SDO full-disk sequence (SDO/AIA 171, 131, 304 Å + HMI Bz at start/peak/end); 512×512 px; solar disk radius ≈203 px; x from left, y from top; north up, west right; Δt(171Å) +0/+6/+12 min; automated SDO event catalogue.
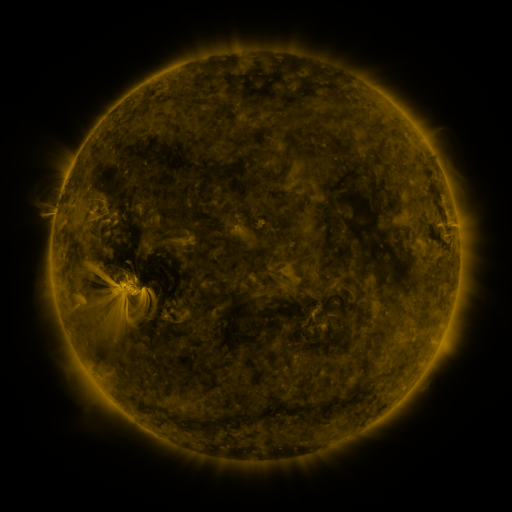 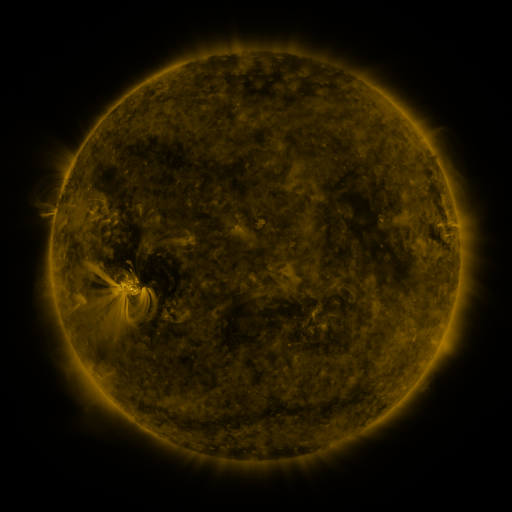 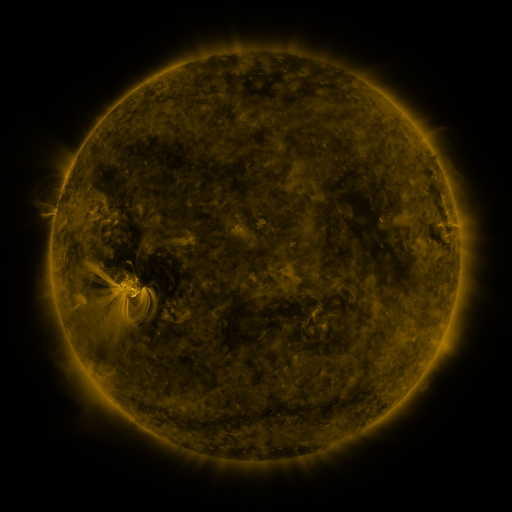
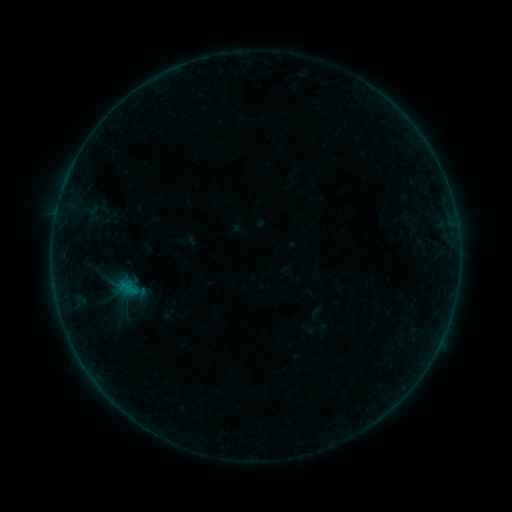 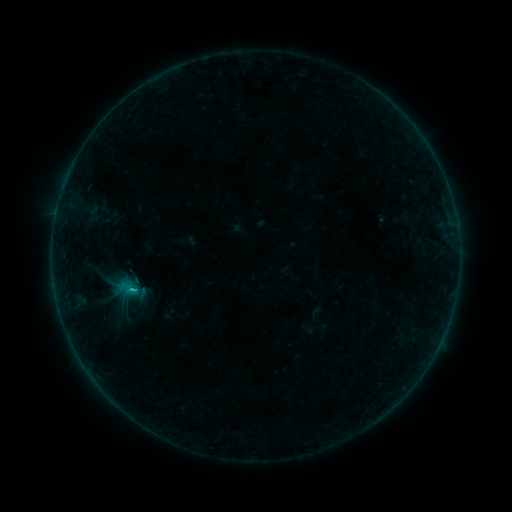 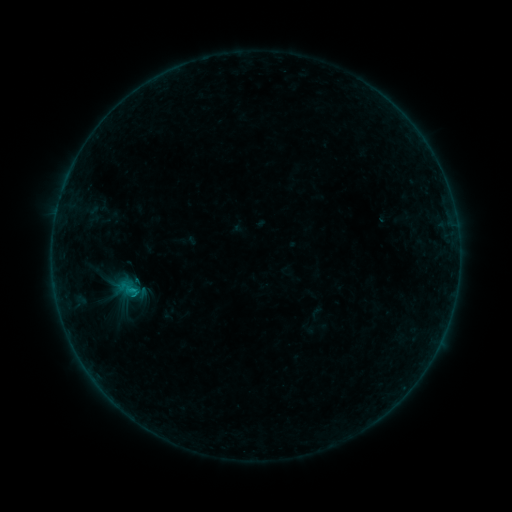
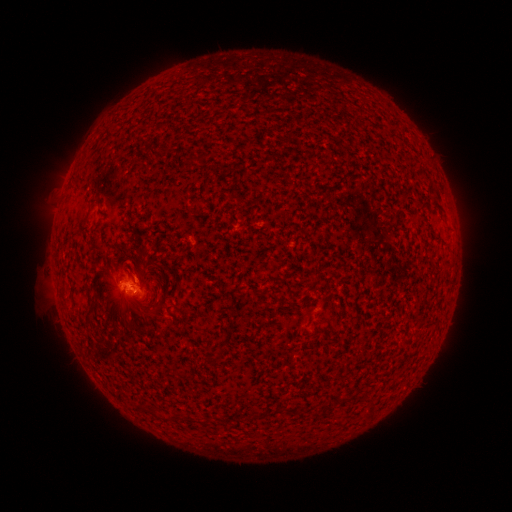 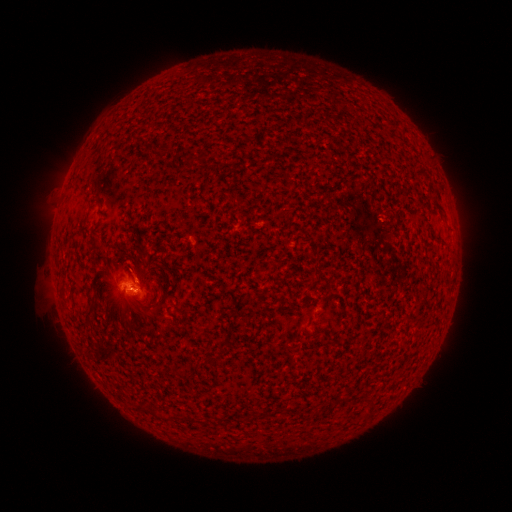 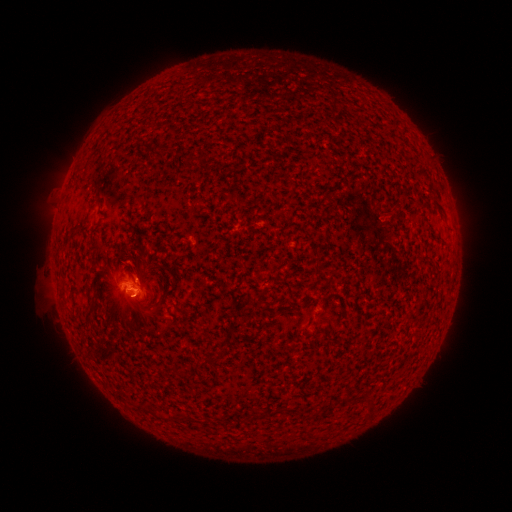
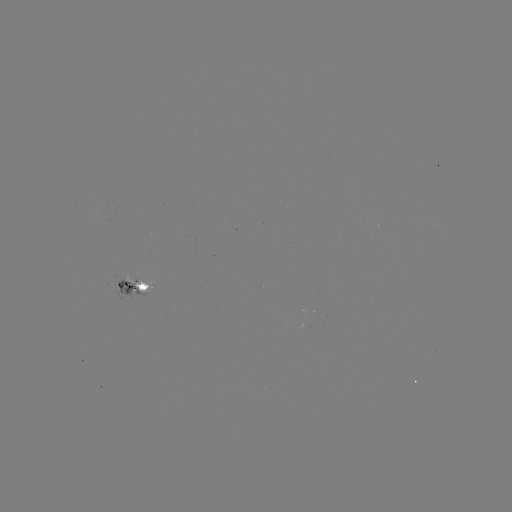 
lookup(B6.6 flare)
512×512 133,287